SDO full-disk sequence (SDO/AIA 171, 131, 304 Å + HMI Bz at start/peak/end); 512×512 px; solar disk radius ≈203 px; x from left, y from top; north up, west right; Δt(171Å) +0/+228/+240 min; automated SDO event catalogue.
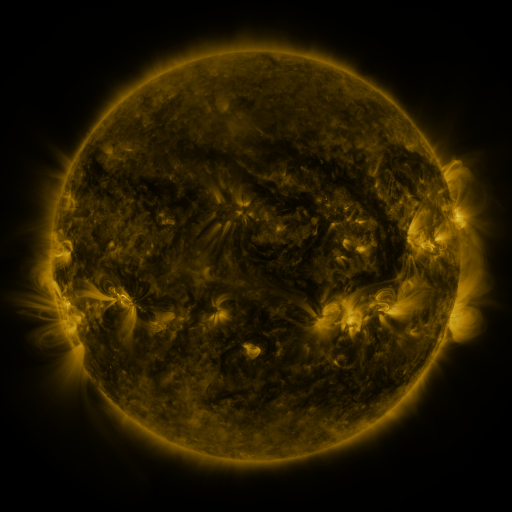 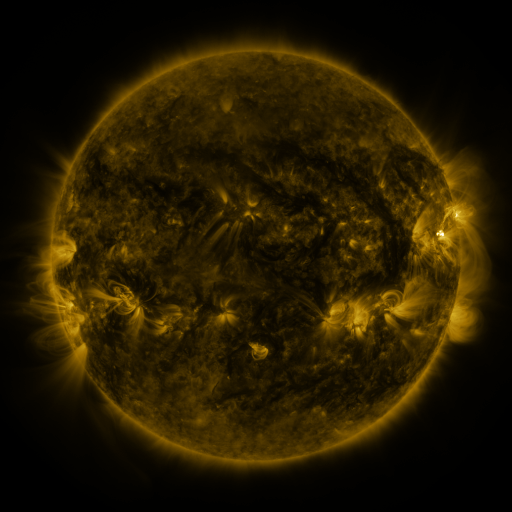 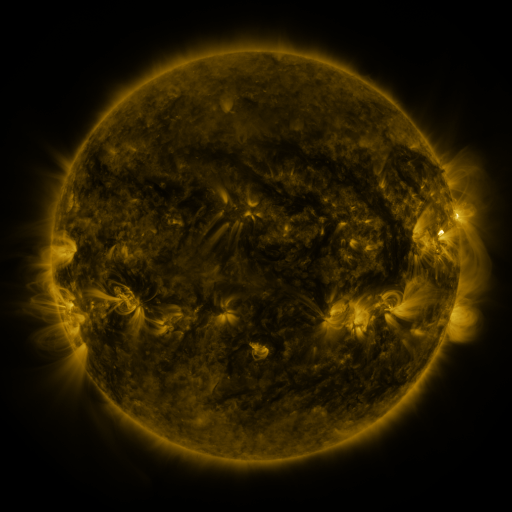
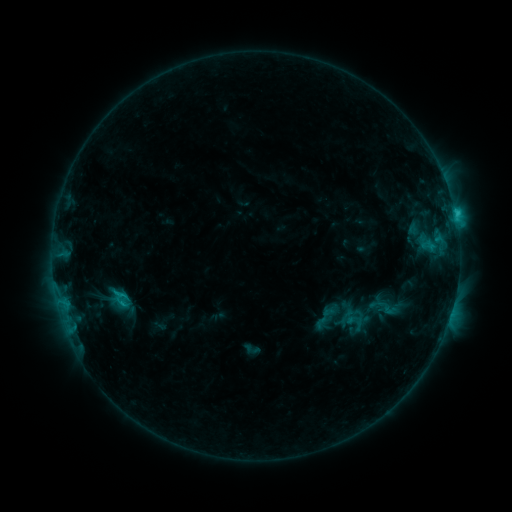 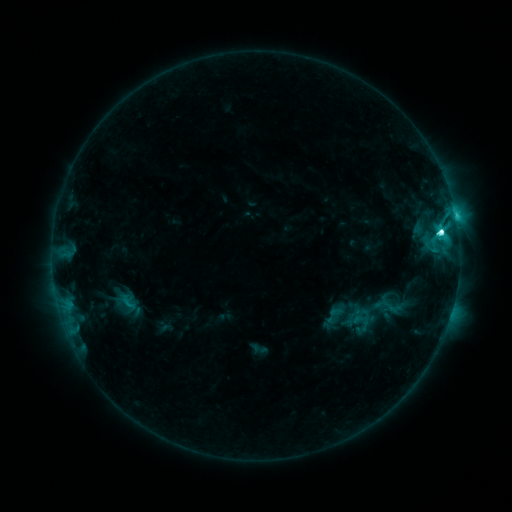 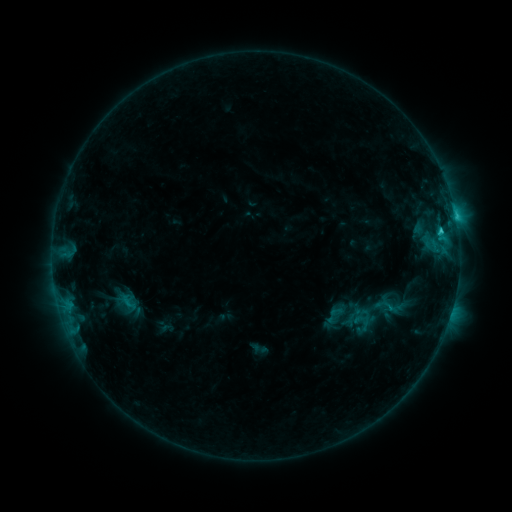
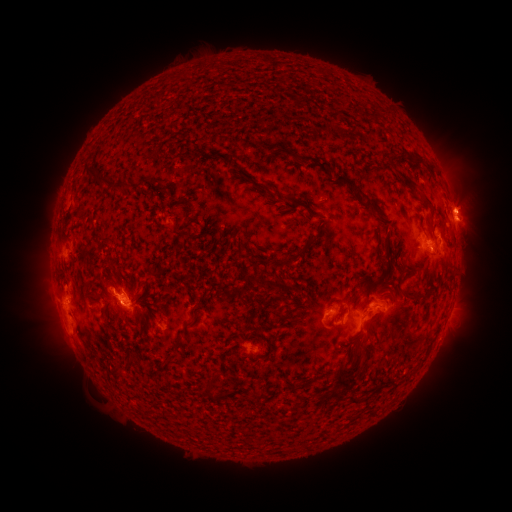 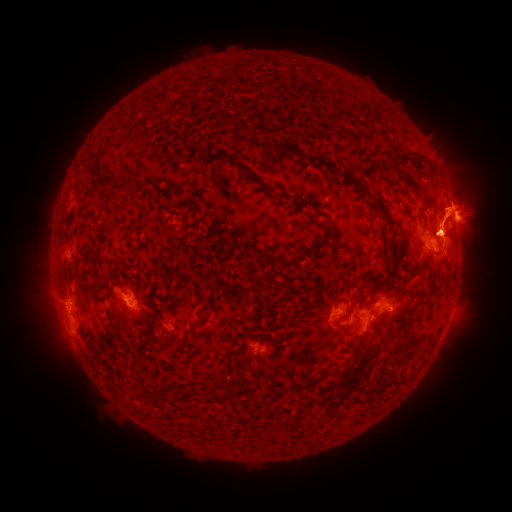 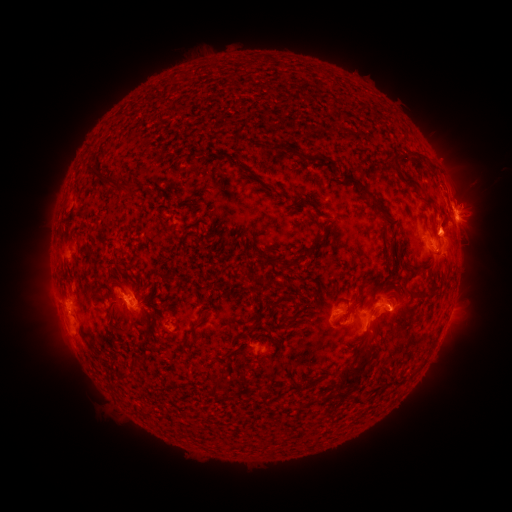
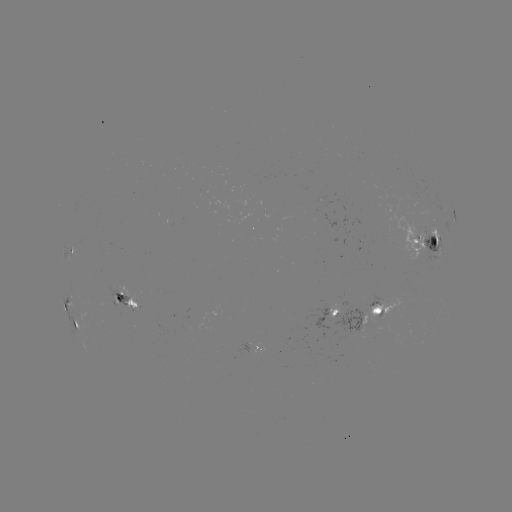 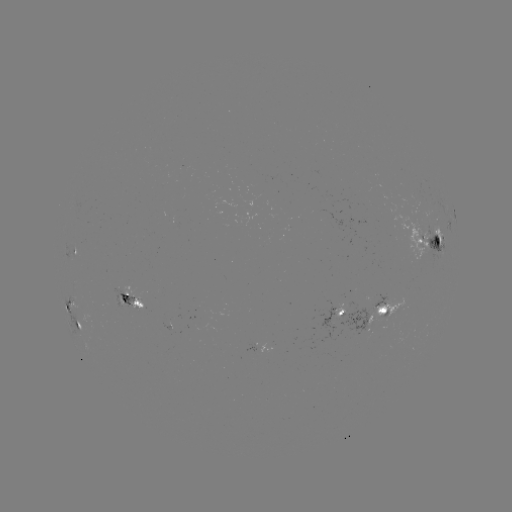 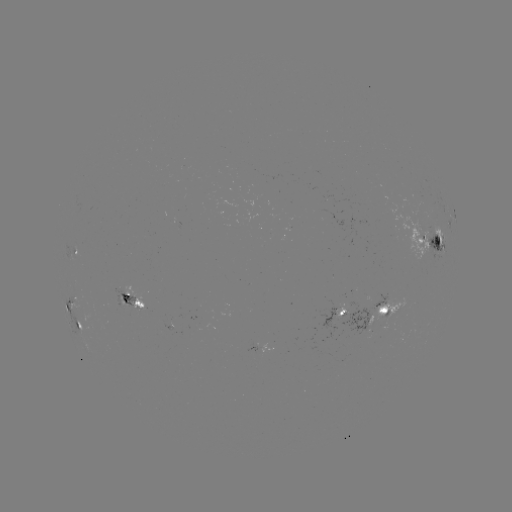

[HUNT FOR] emerging-flux region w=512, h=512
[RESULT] (379, 314)